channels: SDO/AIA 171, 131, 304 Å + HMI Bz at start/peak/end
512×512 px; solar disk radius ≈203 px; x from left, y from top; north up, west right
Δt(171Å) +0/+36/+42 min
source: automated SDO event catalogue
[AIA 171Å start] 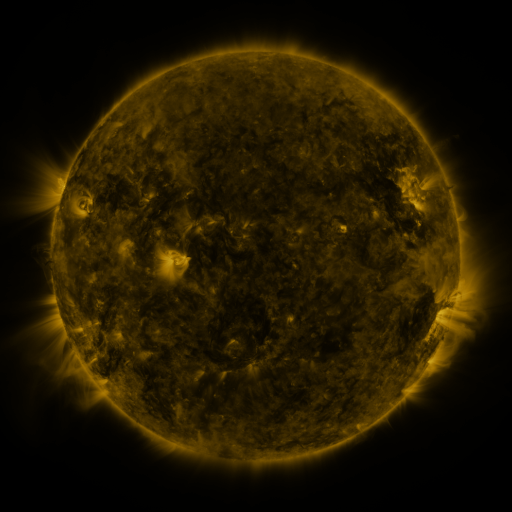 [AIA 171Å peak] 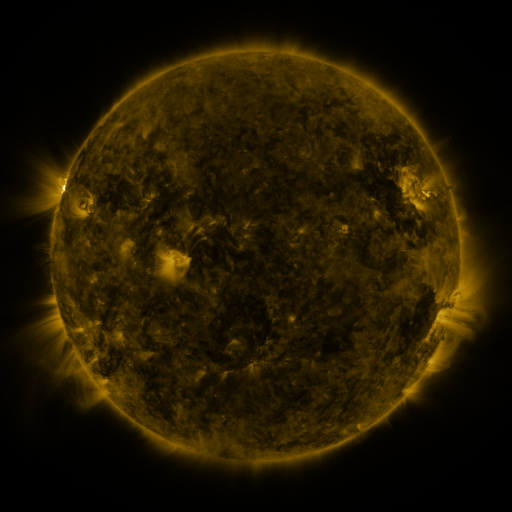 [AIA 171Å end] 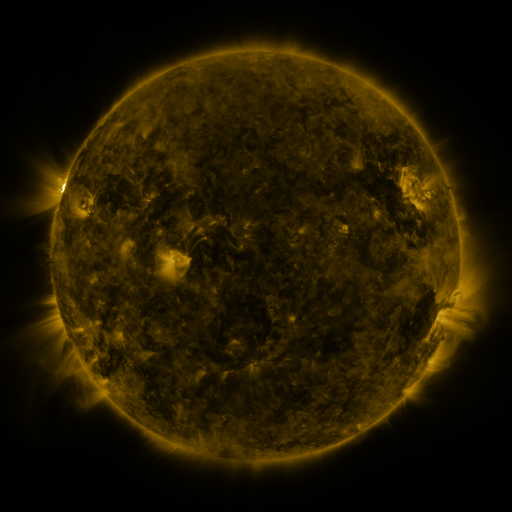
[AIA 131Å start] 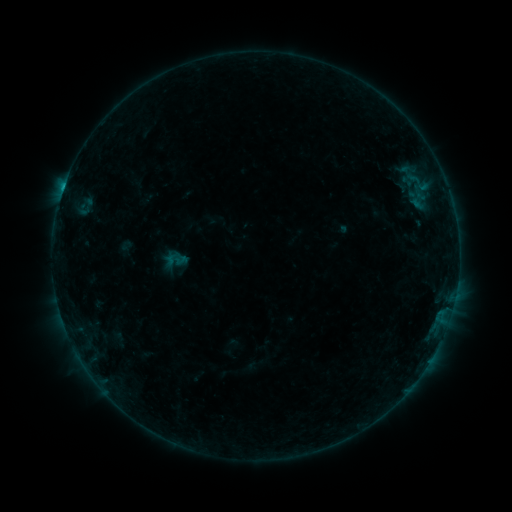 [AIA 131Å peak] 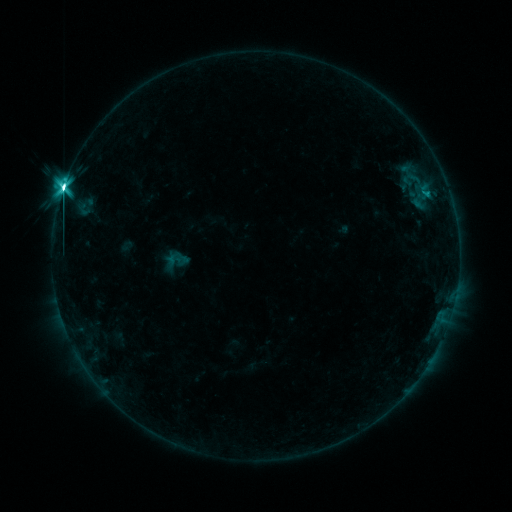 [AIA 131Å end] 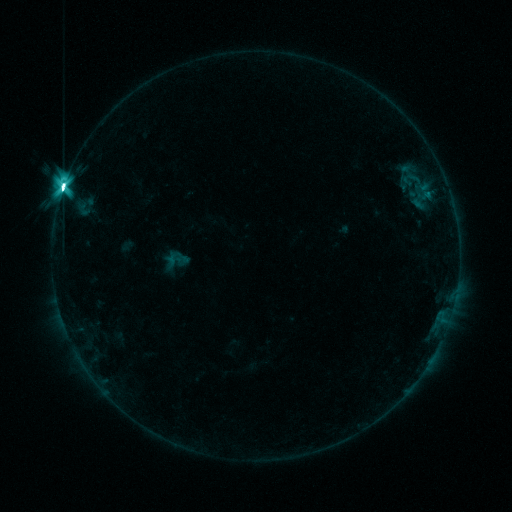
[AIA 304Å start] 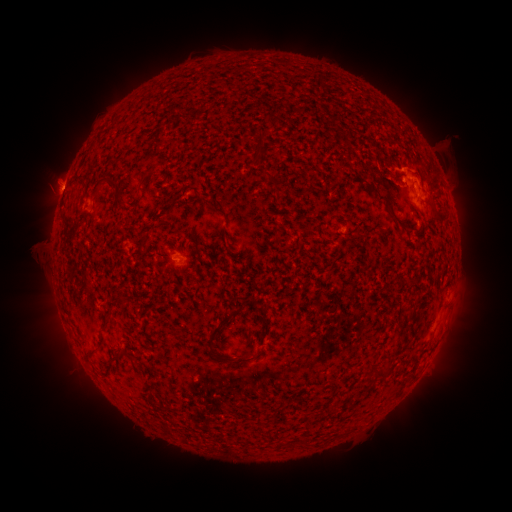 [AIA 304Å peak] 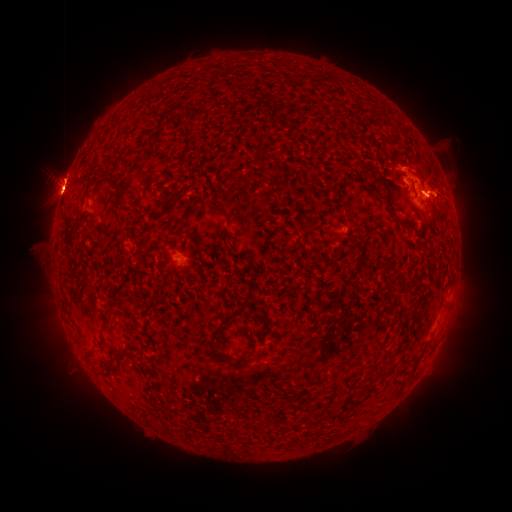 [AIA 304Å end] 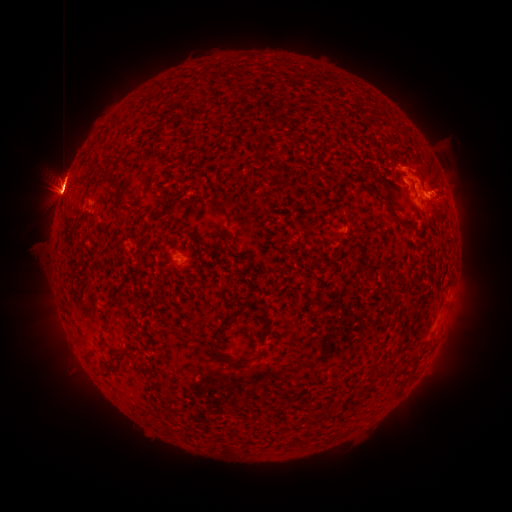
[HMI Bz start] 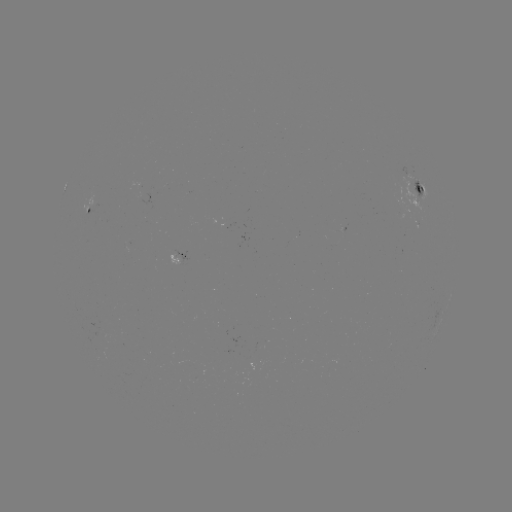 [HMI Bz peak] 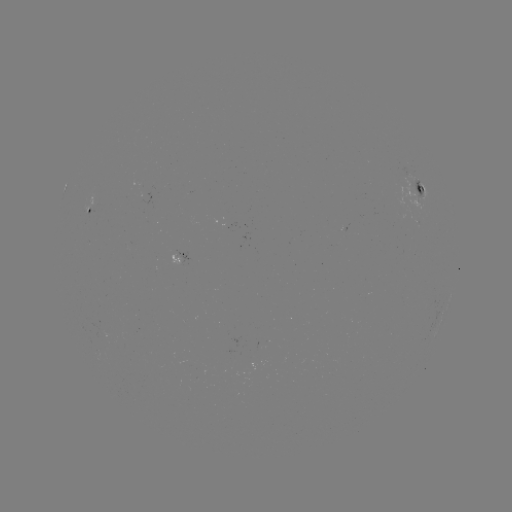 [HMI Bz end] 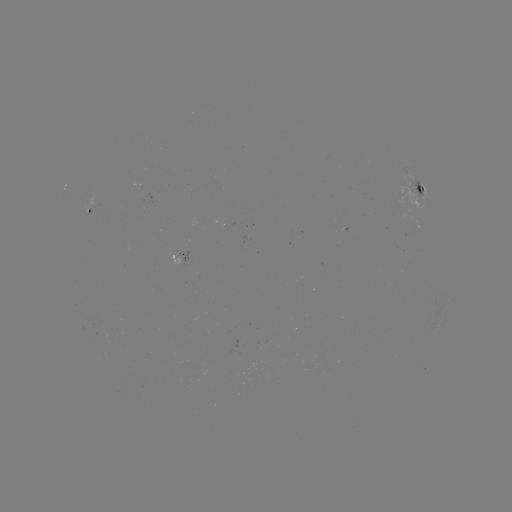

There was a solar flare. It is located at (64, 191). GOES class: M5.5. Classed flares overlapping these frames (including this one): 1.